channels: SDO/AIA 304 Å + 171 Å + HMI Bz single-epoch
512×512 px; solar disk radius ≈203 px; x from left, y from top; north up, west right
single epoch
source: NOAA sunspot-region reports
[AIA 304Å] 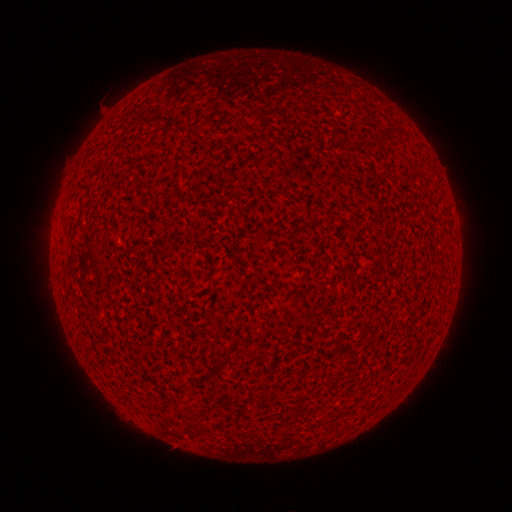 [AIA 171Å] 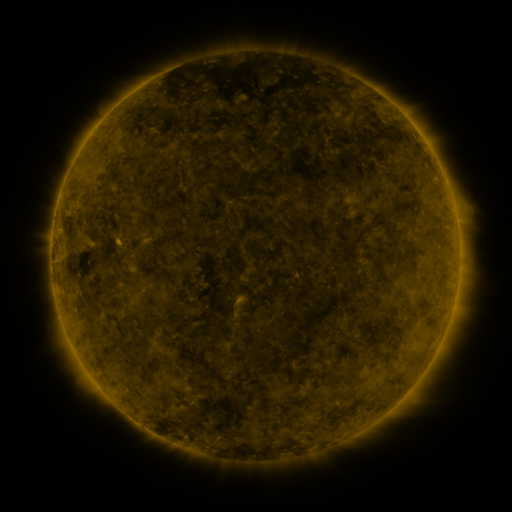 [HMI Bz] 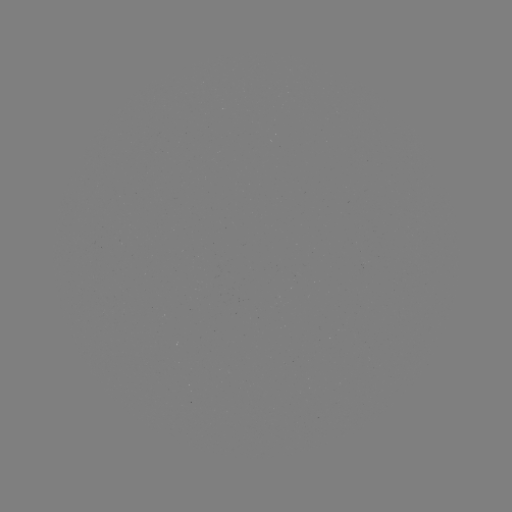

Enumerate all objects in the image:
(none)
